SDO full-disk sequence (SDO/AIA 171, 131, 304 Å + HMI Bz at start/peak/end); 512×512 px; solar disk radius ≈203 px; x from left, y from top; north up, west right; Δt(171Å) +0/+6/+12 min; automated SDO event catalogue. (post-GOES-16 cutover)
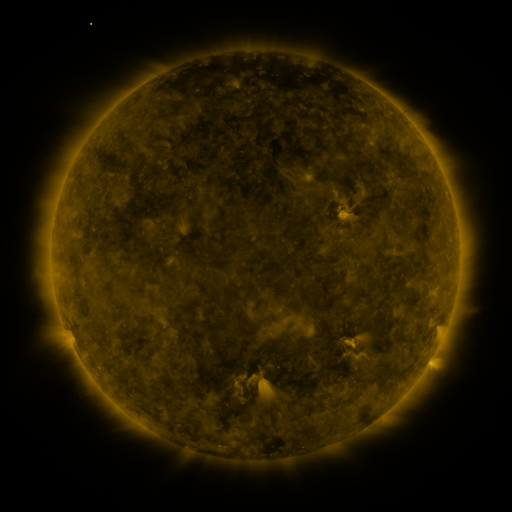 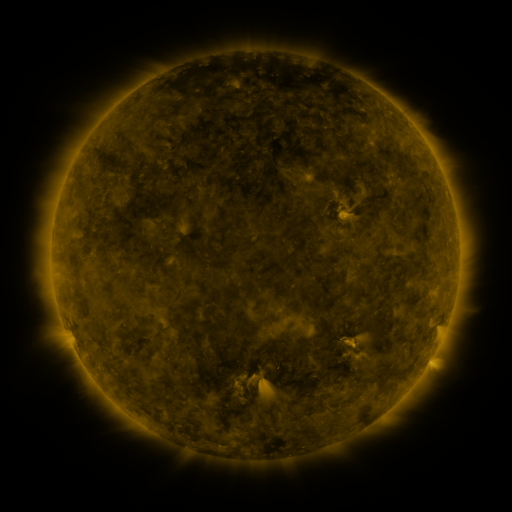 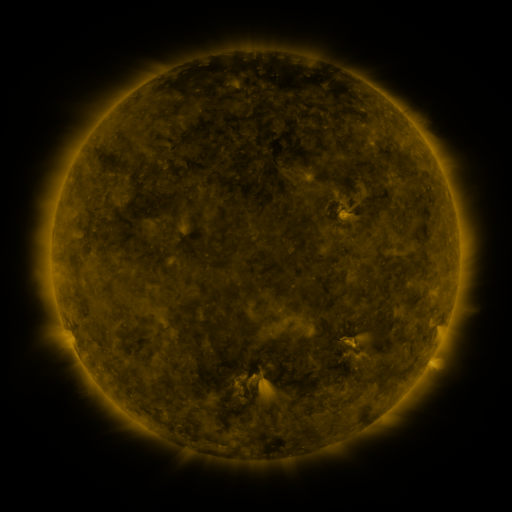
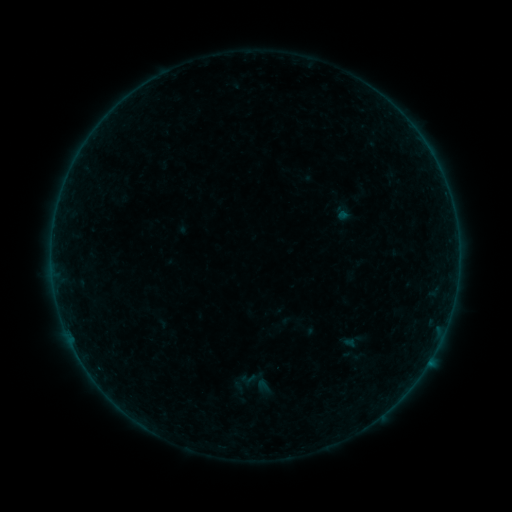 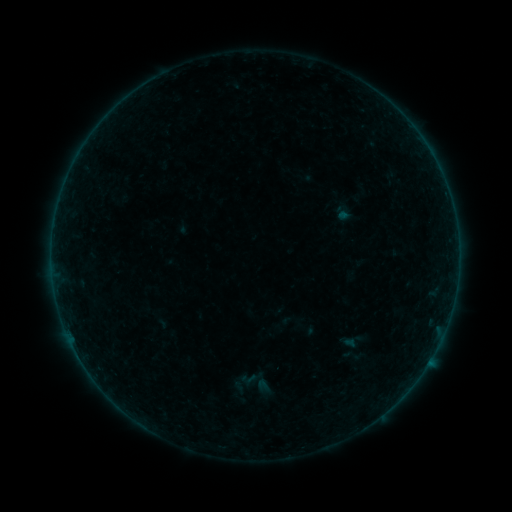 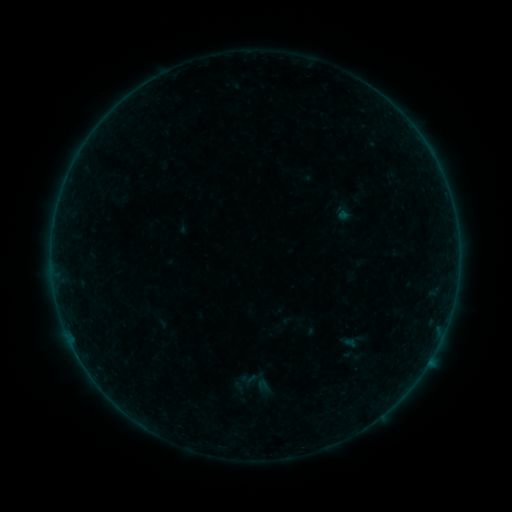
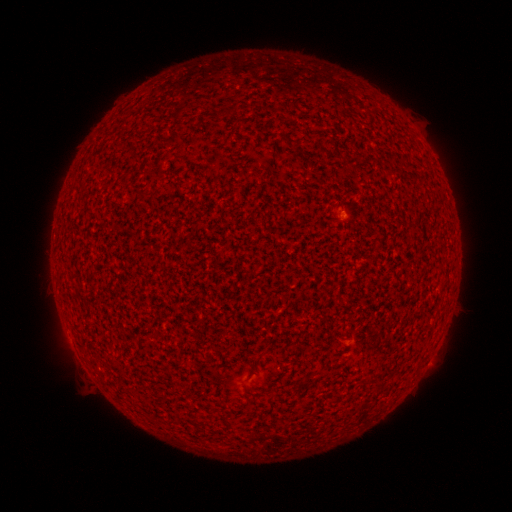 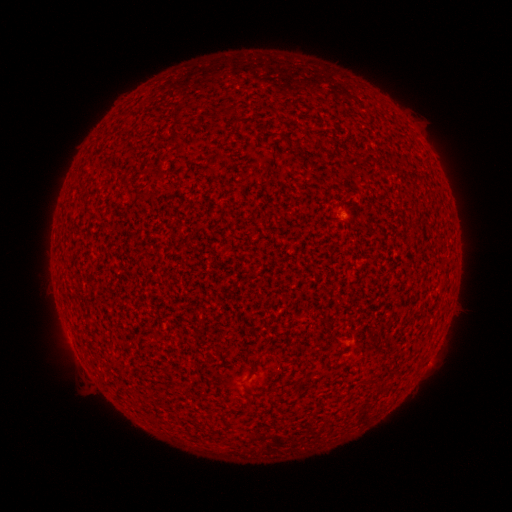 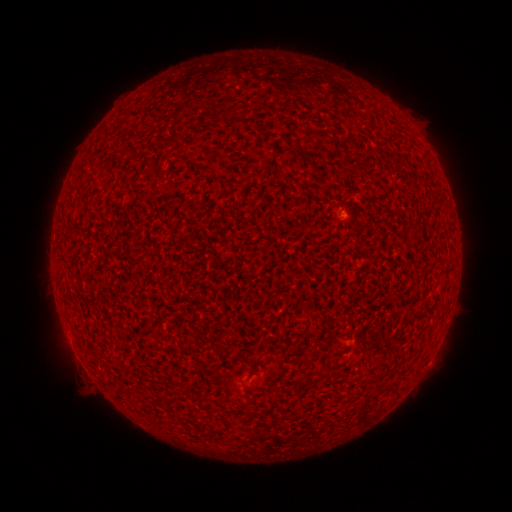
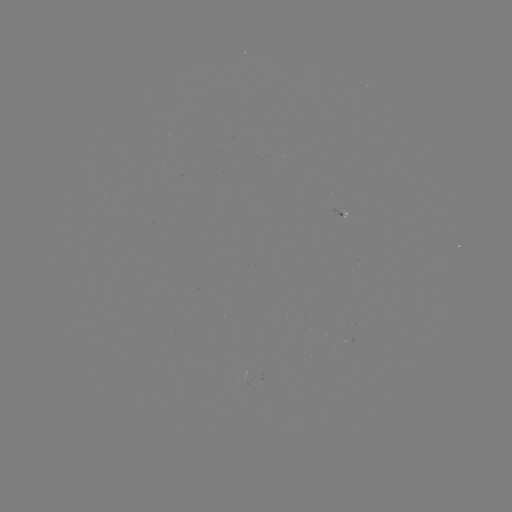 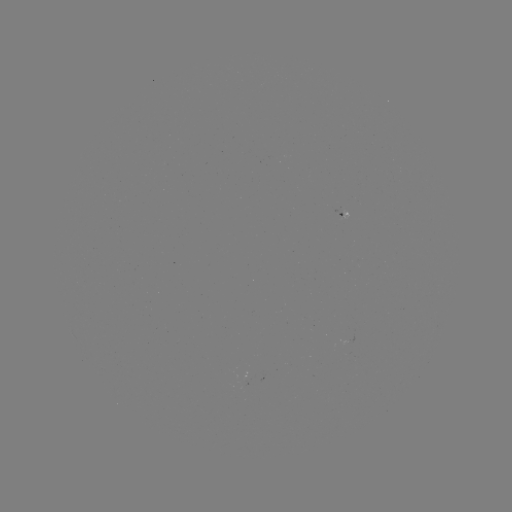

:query A1.6 flare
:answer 78,355